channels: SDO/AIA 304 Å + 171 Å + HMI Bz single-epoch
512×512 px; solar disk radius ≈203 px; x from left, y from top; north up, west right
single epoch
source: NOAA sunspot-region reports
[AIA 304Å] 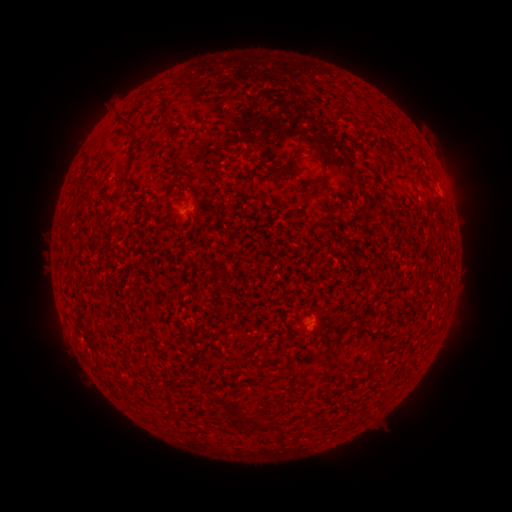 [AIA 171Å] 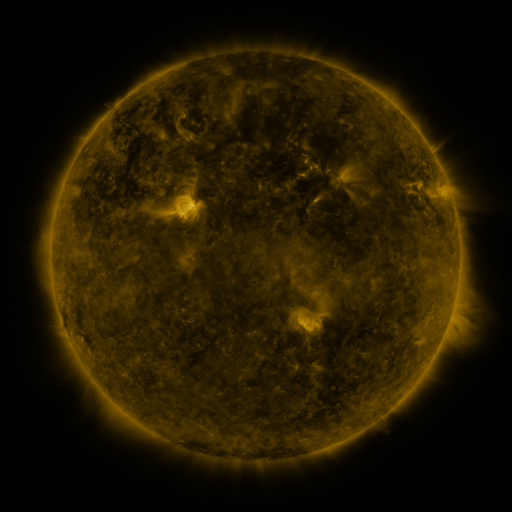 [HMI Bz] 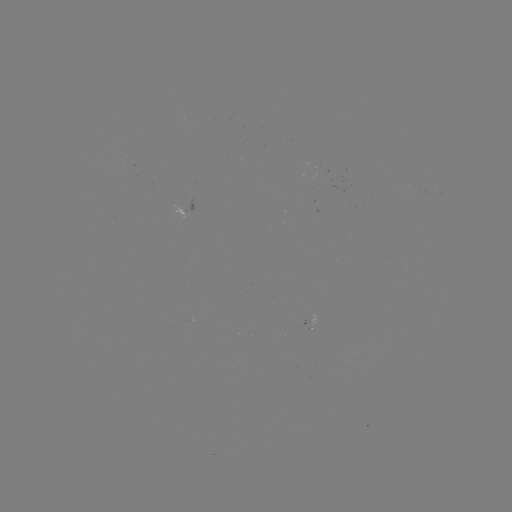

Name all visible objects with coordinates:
spotted active region: (441, 195)
spotted active region: (184, 207)
spotted active region: (308, 323)
